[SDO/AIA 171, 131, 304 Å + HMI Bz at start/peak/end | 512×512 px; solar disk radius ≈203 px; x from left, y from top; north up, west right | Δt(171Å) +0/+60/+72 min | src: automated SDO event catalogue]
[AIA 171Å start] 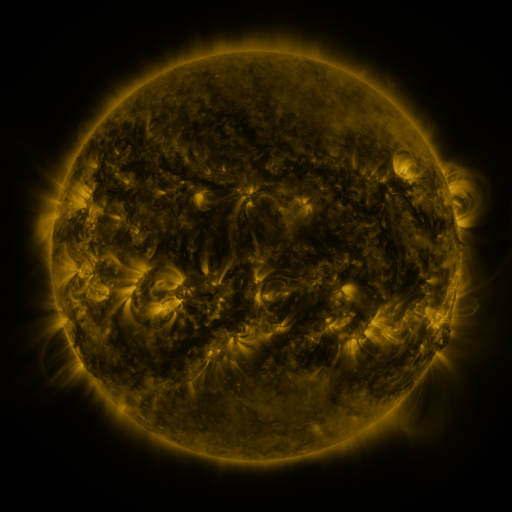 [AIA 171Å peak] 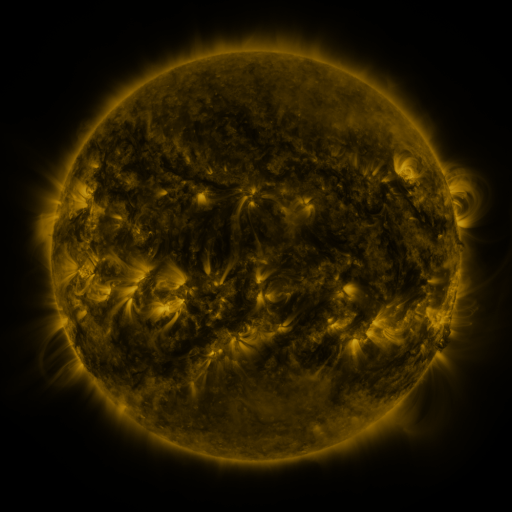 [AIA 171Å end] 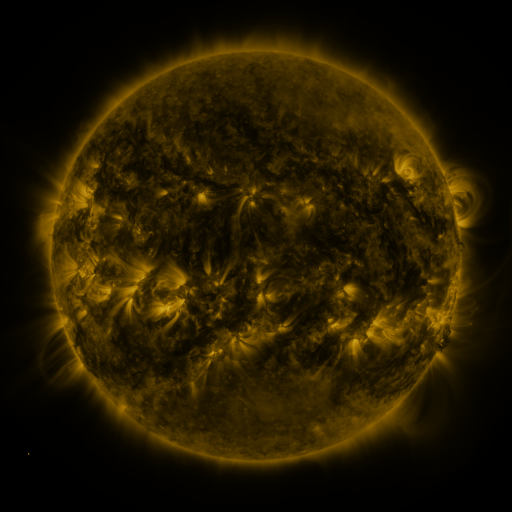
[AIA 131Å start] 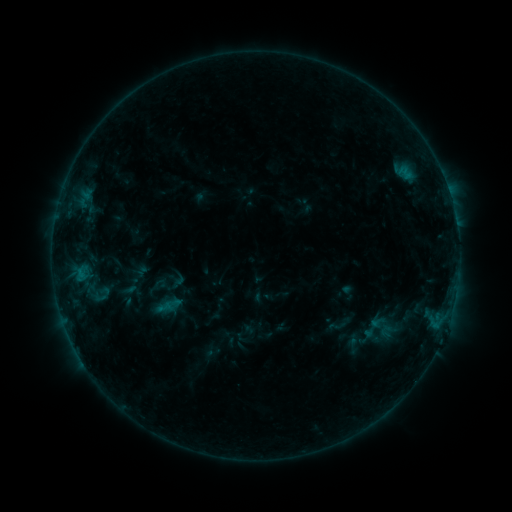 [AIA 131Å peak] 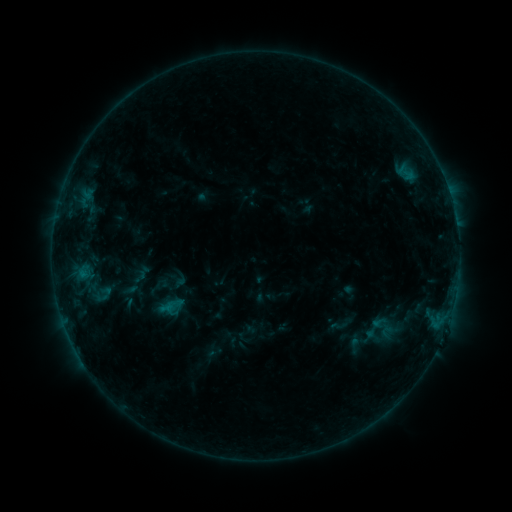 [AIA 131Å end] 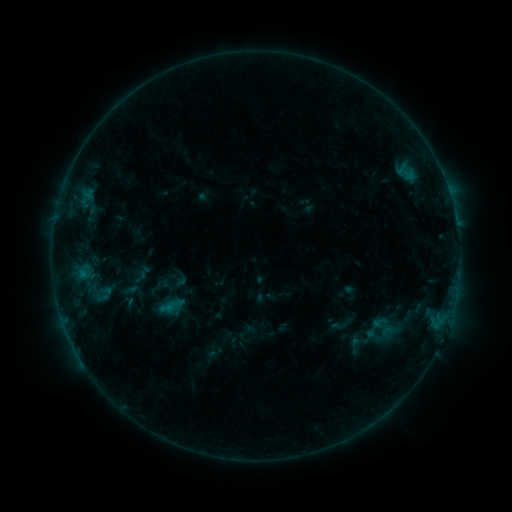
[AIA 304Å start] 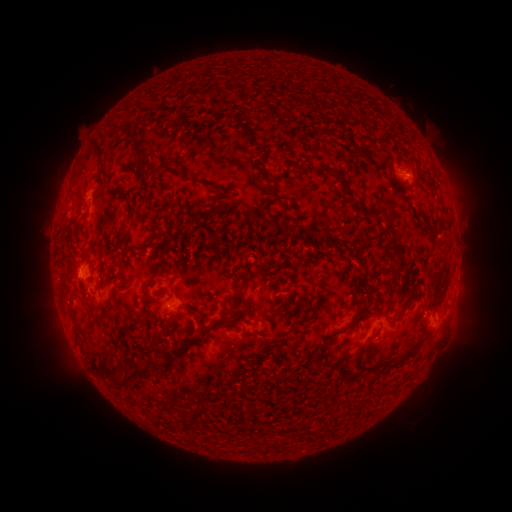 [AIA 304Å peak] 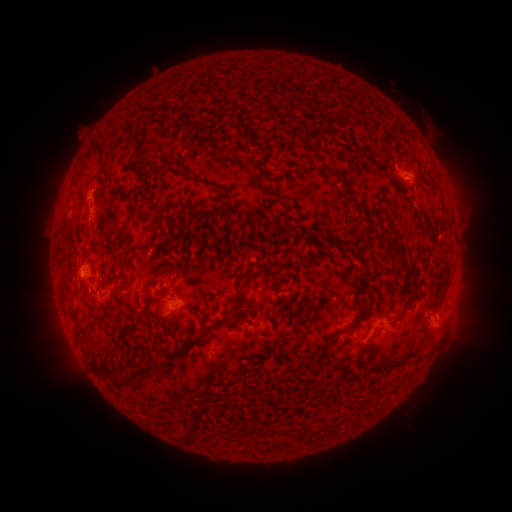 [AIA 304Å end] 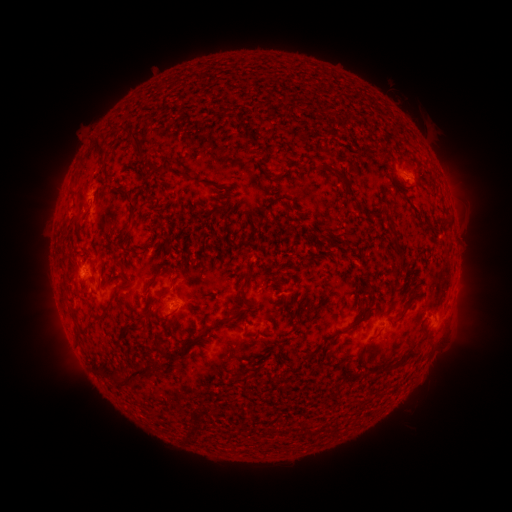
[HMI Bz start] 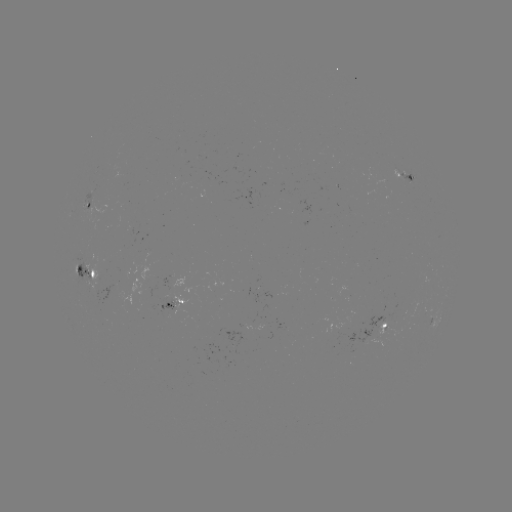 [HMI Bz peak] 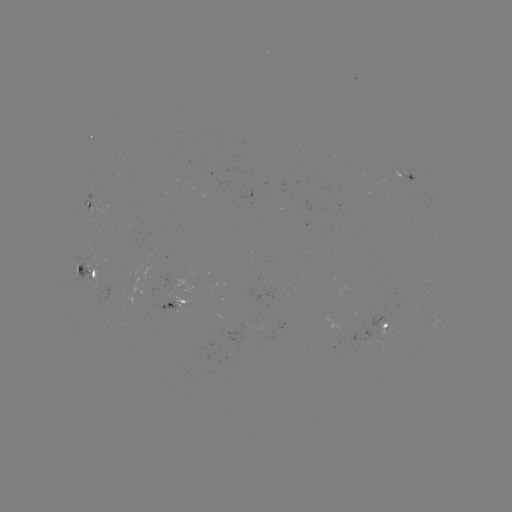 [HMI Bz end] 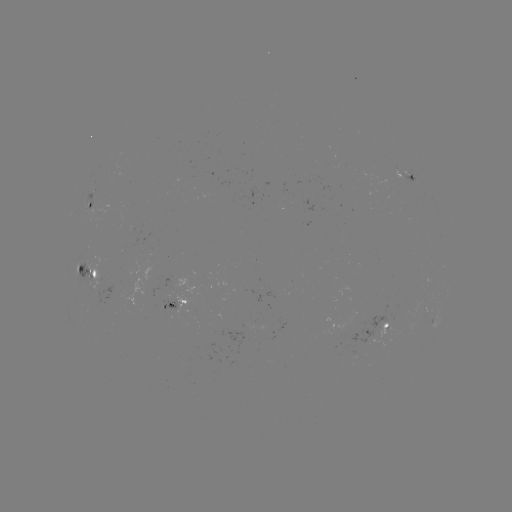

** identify emerging-flux region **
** [178, 308] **